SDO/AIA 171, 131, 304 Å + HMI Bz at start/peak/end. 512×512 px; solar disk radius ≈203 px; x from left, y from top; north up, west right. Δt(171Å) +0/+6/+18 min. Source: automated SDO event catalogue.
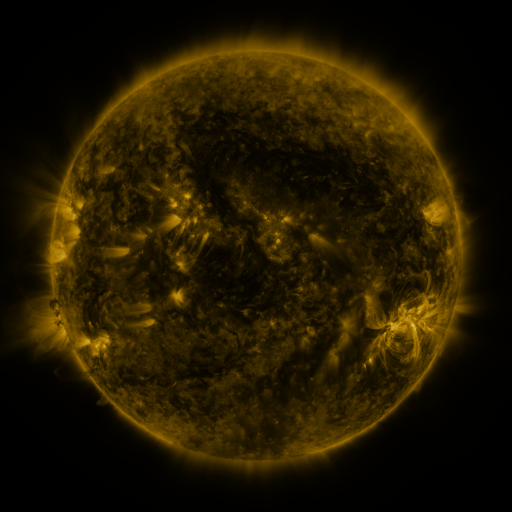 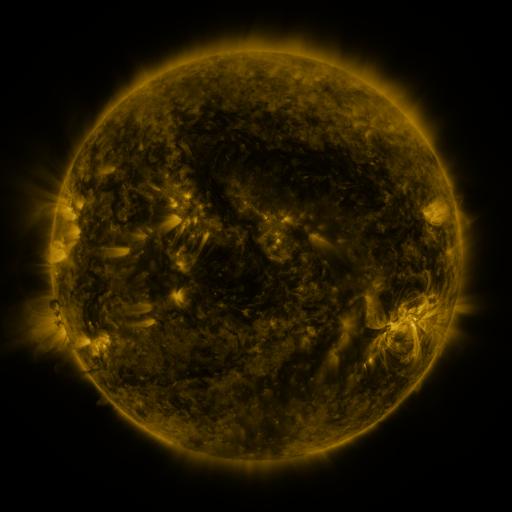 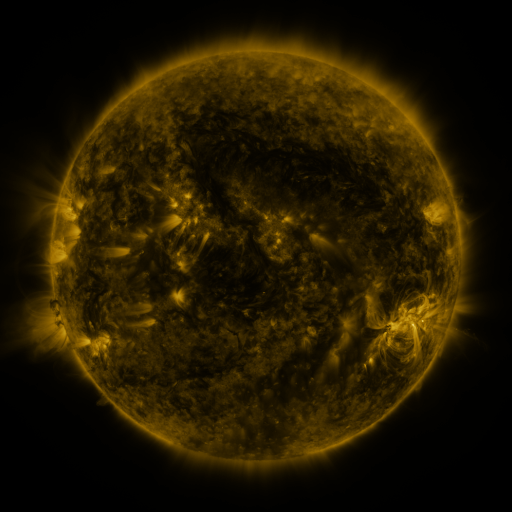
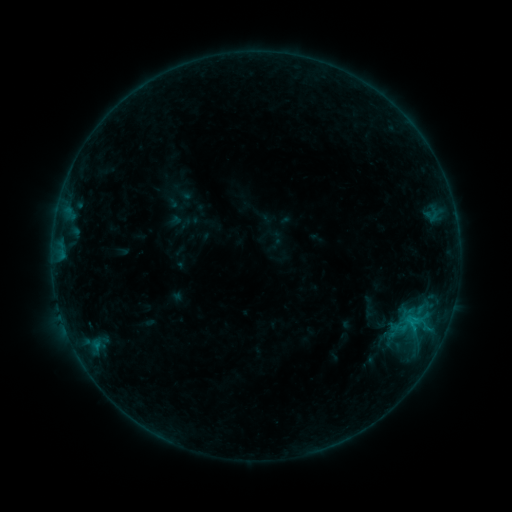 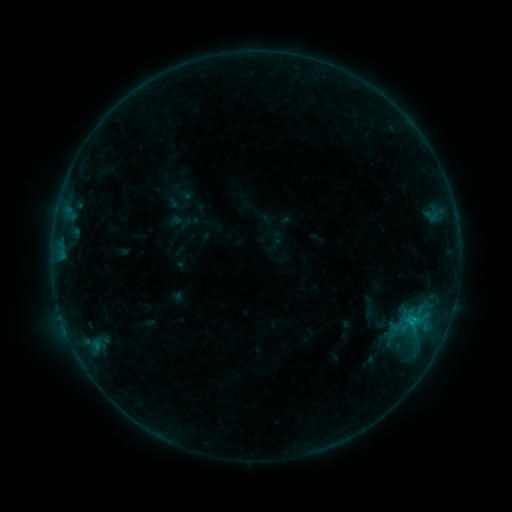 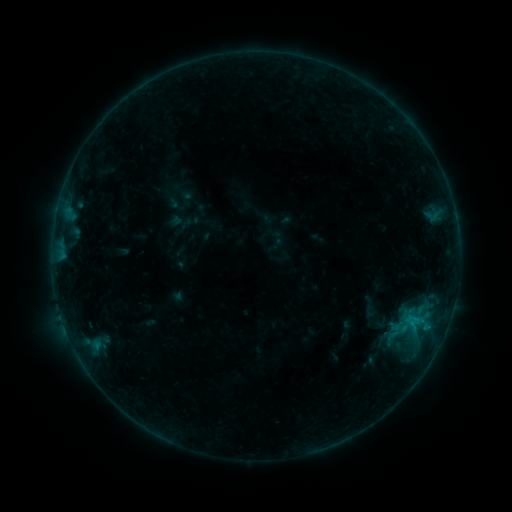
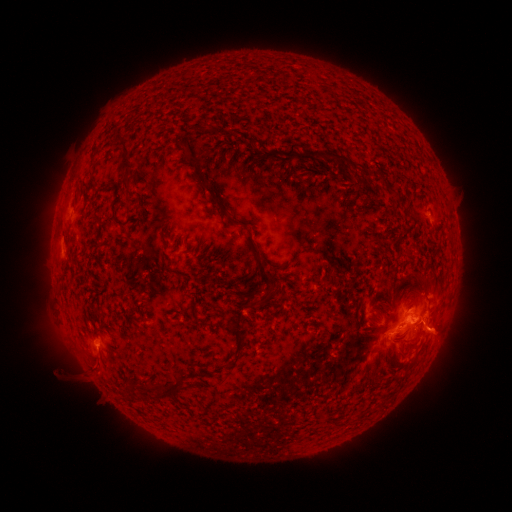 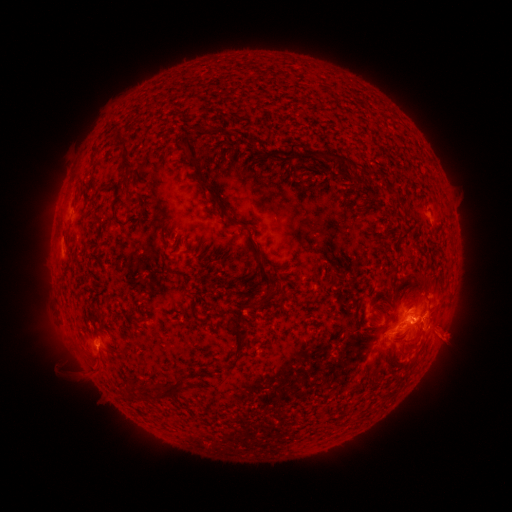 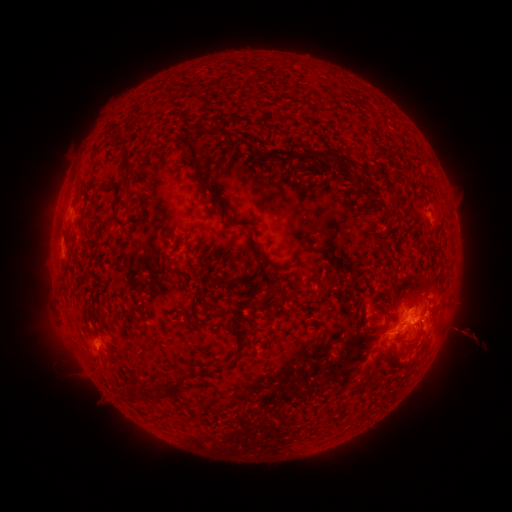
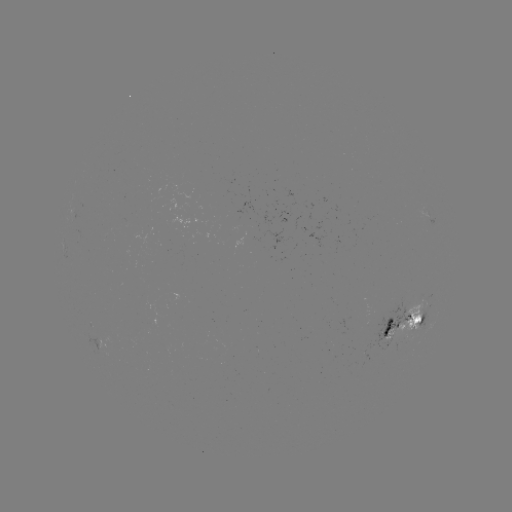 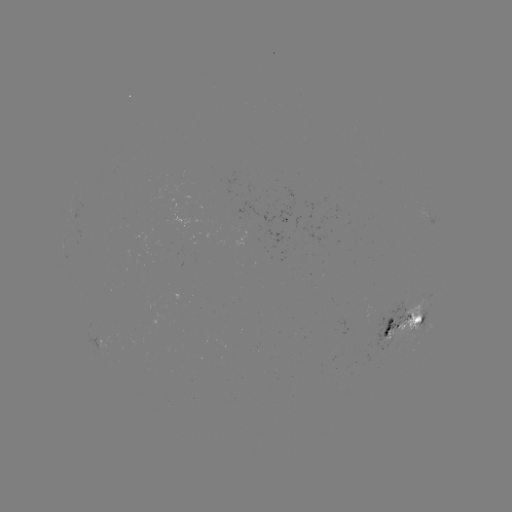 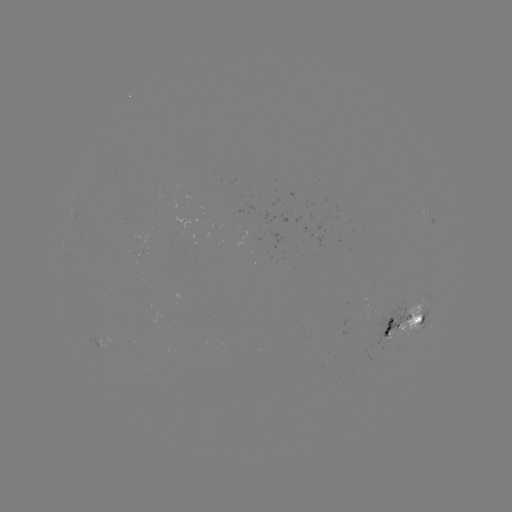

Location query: eruption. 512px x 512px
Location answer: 449,334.